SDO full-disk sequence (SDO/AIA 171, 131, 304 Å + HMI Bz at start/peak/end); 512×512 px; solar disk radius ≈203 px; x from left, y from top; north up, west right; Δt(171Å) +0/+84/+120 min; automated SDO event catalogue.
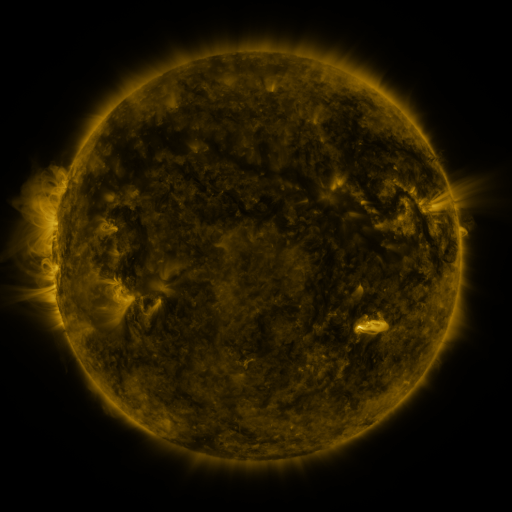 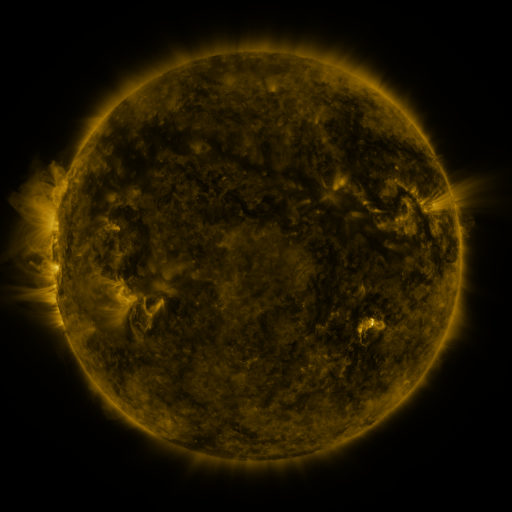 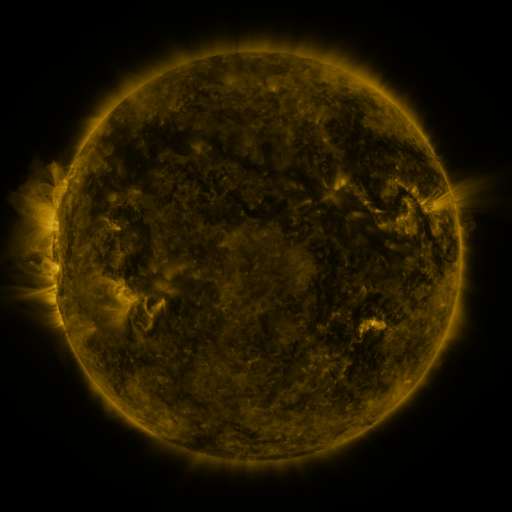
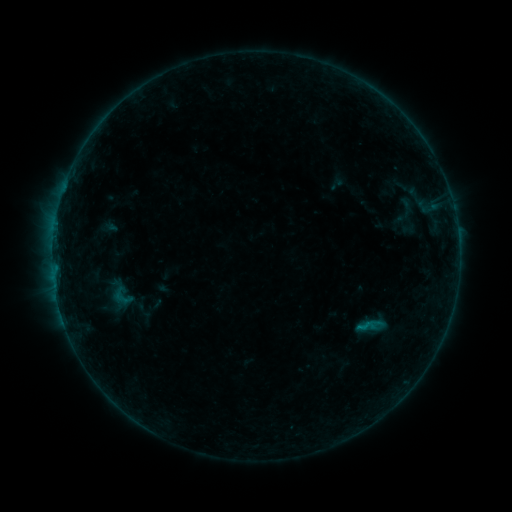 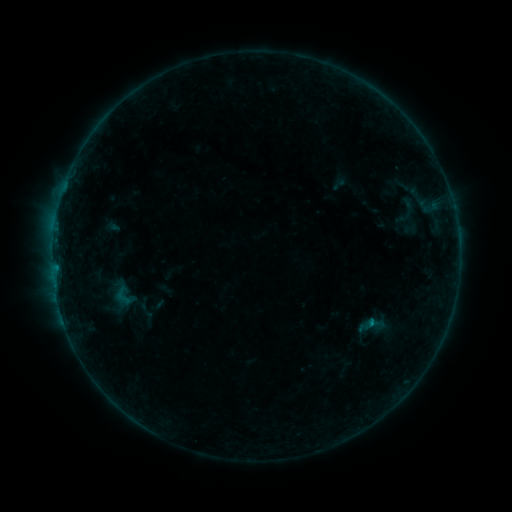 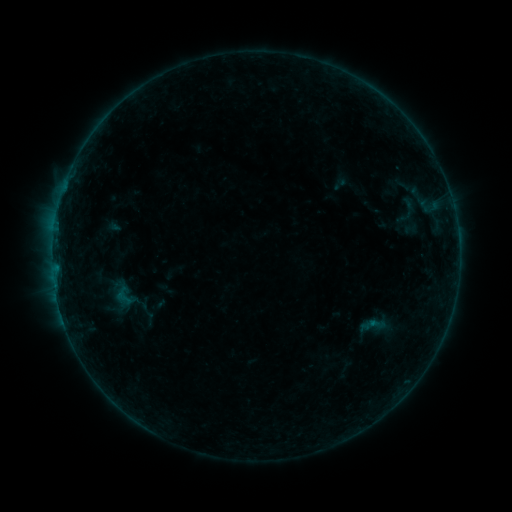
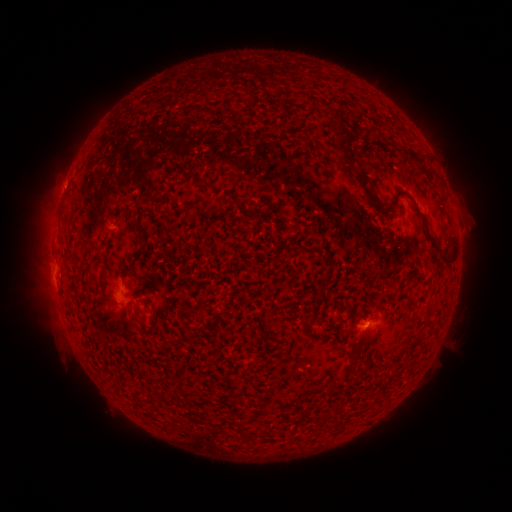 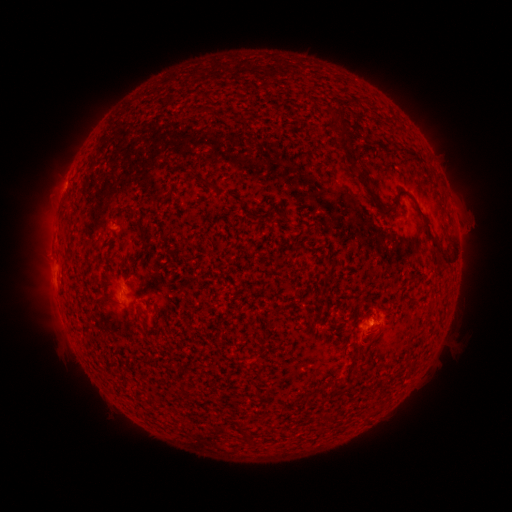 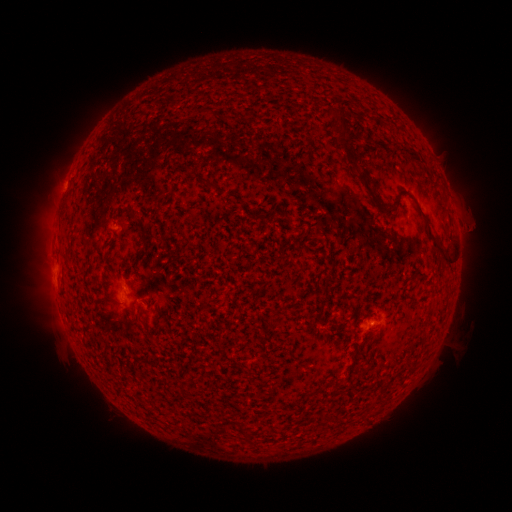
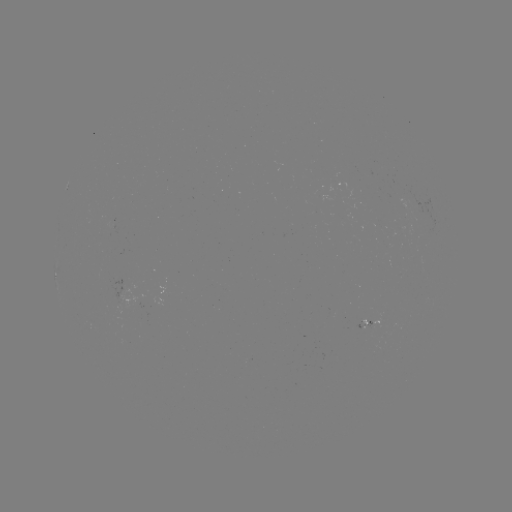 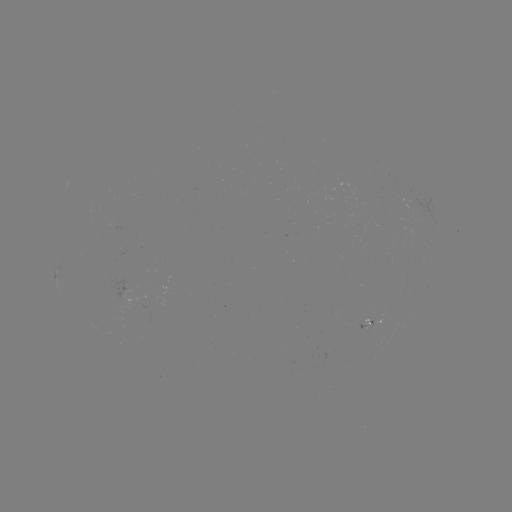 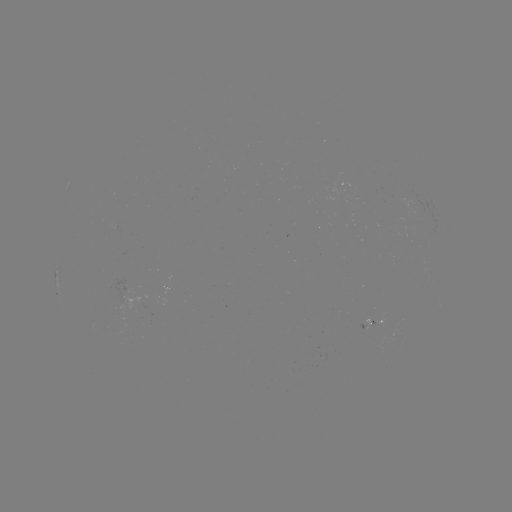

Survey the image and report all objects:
emerging-flux region: (125, 299)
